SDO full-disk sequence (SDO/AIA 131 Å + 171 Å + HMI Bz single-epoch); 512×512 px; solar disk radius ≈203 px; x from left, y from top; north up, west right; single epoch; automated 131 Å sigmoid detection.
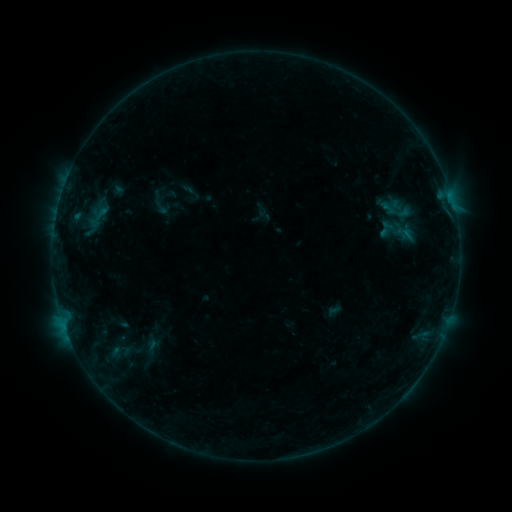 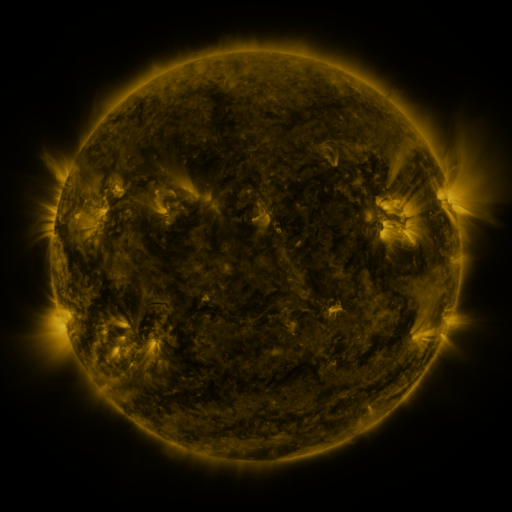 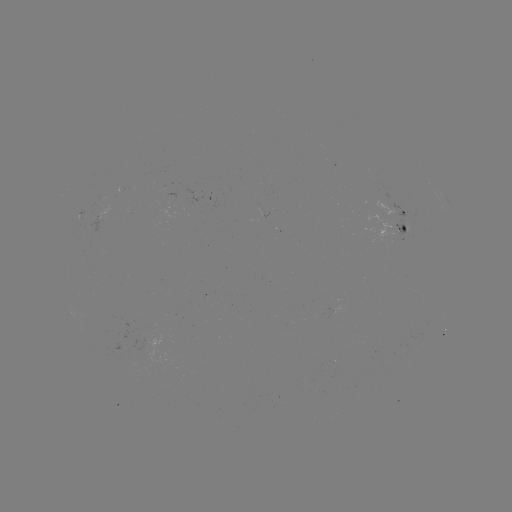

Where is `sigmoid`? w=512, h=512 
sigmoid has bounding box [152, 198, 170, 216].